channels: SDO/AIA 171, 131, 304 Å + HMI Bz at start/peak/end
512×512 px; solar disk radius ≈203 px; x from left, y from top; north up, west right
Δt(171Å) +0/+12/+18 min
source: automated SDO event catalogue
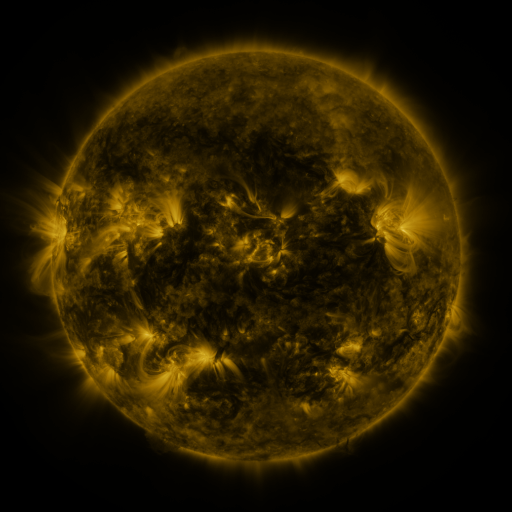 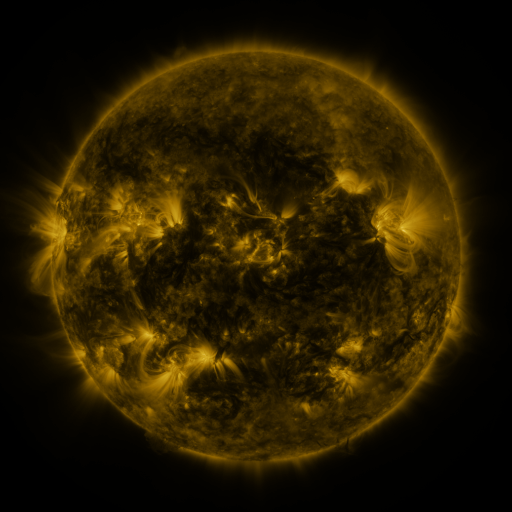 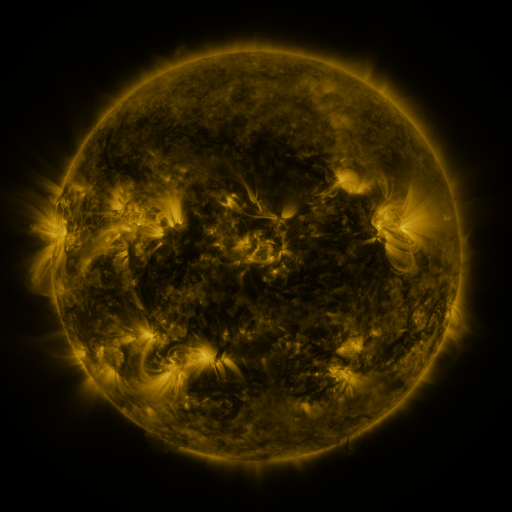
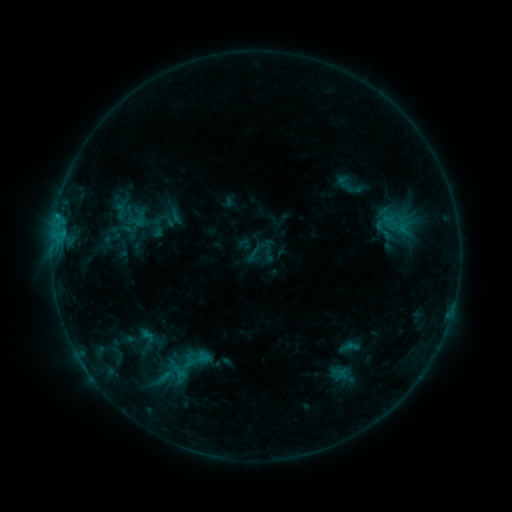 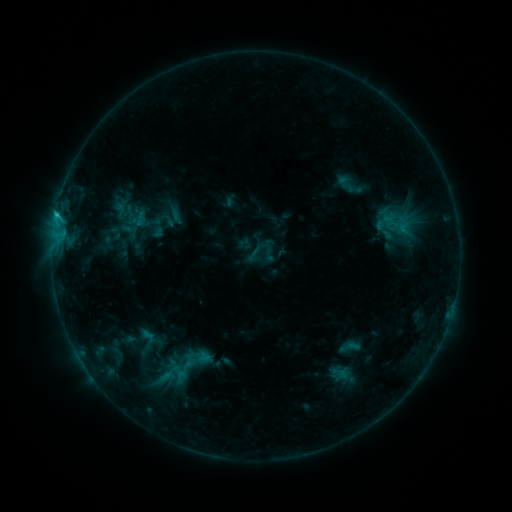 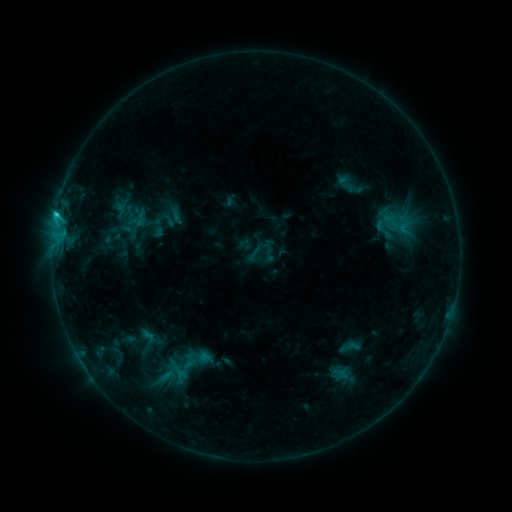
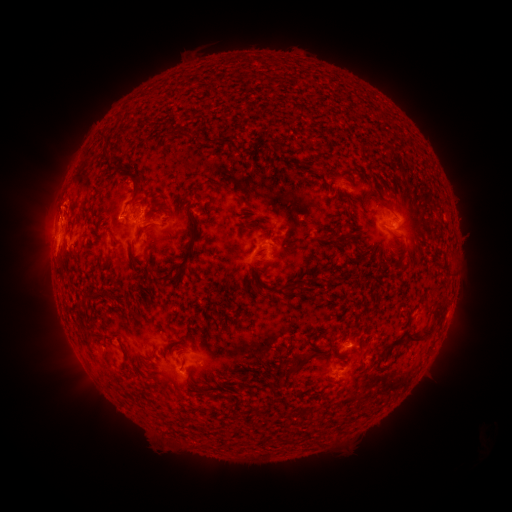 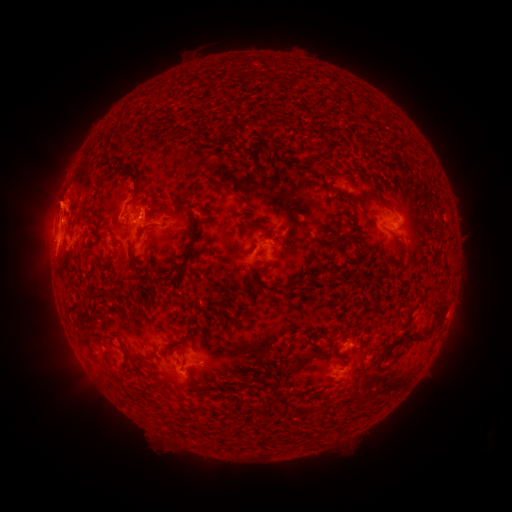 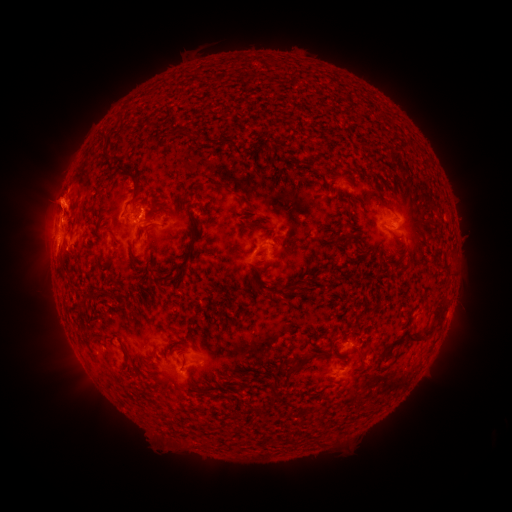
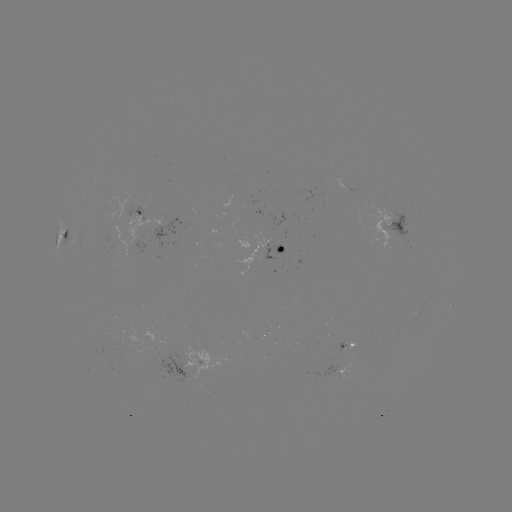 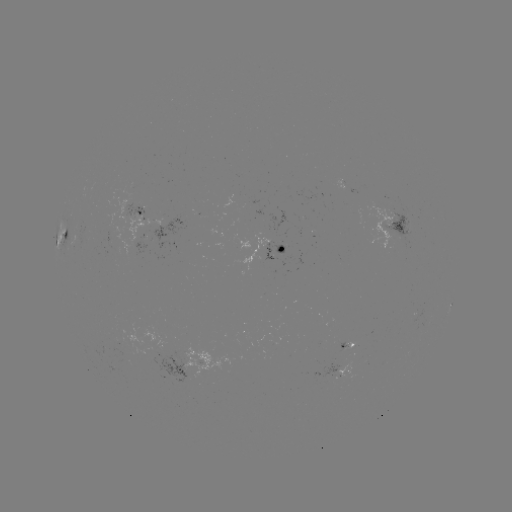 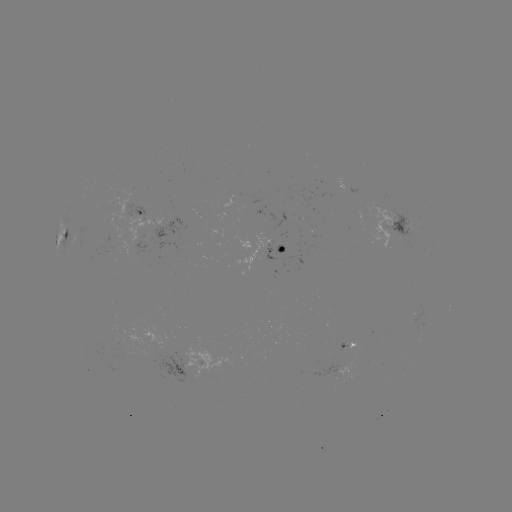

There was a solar eruption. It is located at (59, 151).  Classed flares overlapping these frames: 1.